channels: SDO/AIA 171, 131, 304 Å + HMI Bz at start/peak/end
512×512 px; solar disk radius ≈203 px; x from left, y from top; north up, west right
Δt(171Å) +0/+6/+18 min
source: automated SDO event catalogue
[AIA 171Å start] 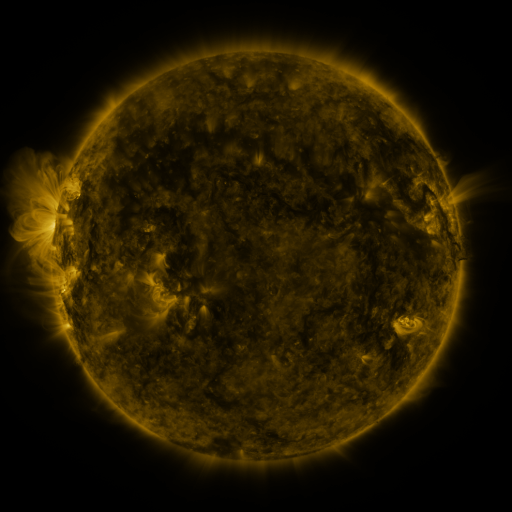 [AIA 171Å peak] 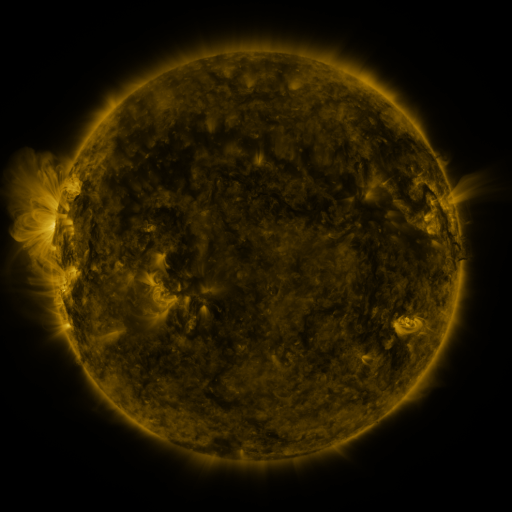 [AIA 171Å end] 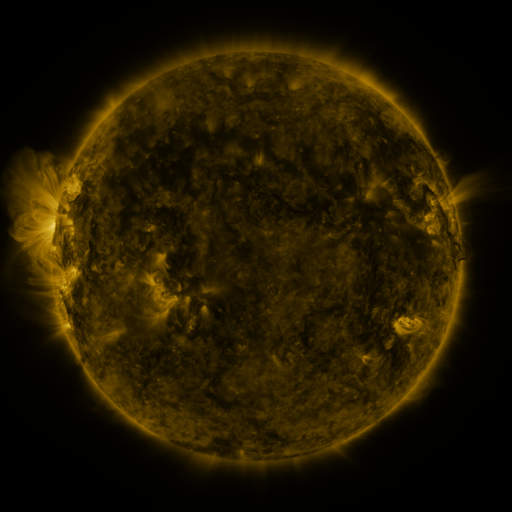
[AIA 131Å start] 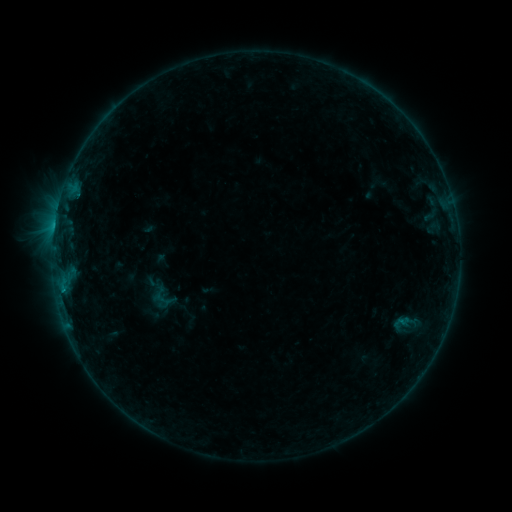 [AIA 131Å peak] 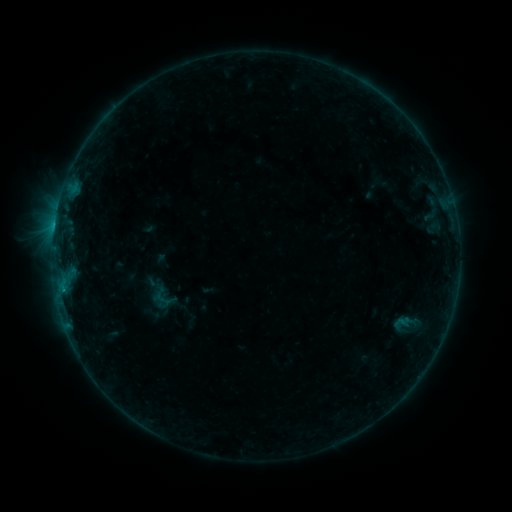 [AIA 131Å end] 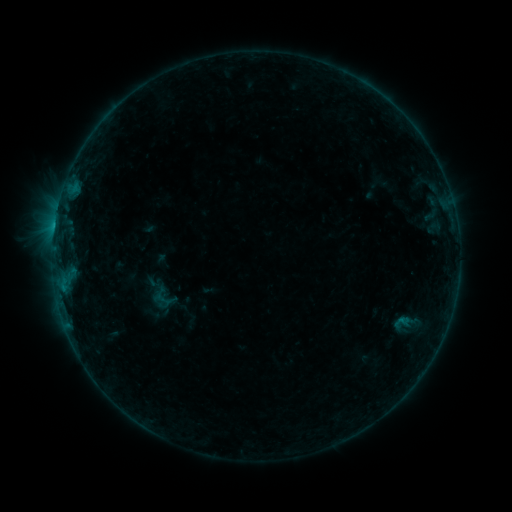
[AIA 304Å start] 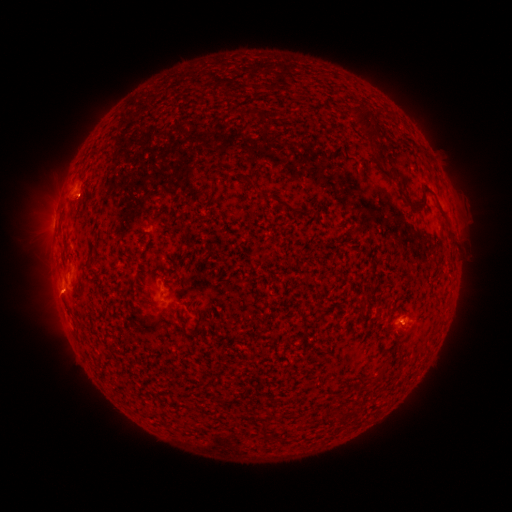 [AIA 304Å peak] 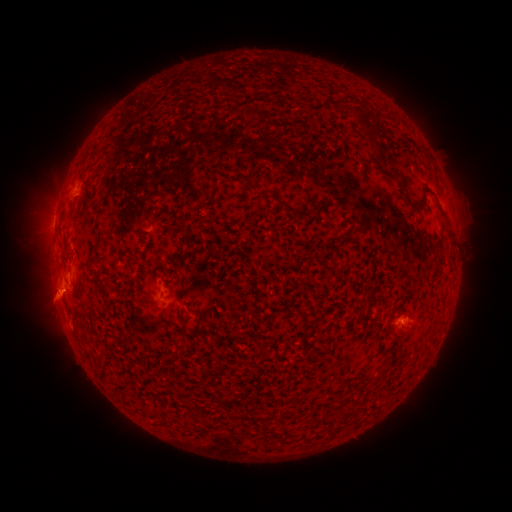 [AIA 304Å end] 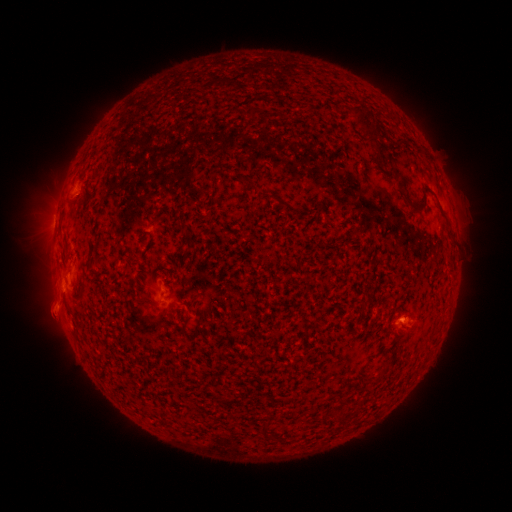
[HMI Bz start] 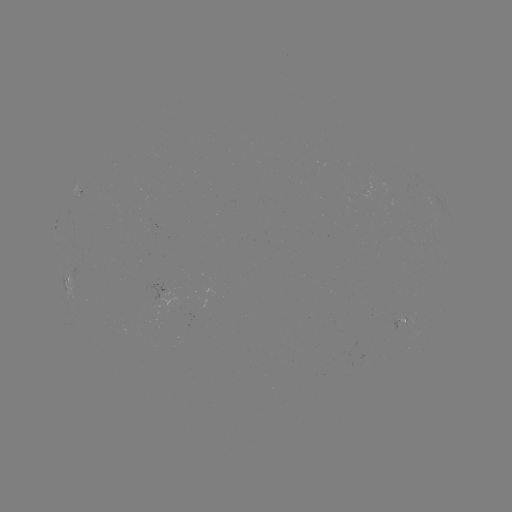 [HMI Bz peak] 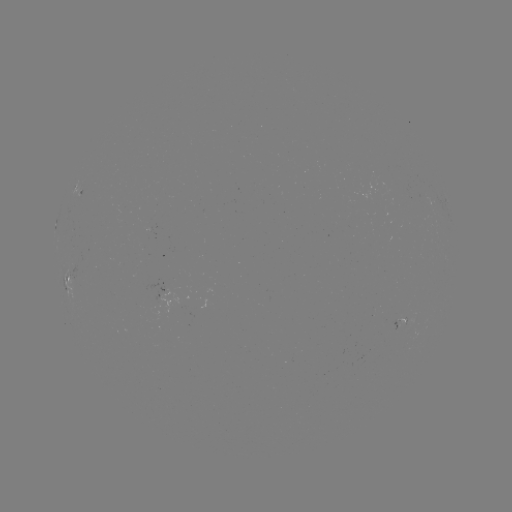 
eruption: (23, 269, 80, 328)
